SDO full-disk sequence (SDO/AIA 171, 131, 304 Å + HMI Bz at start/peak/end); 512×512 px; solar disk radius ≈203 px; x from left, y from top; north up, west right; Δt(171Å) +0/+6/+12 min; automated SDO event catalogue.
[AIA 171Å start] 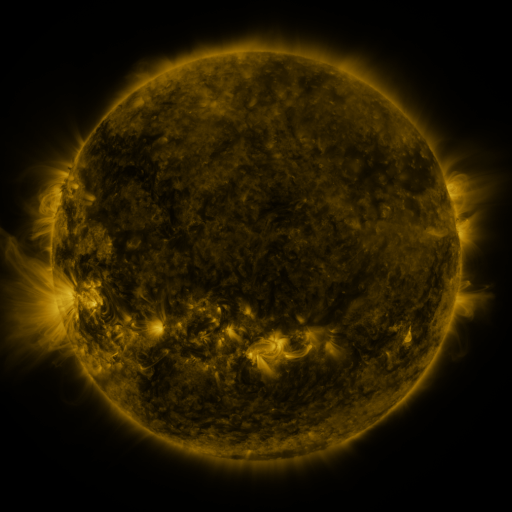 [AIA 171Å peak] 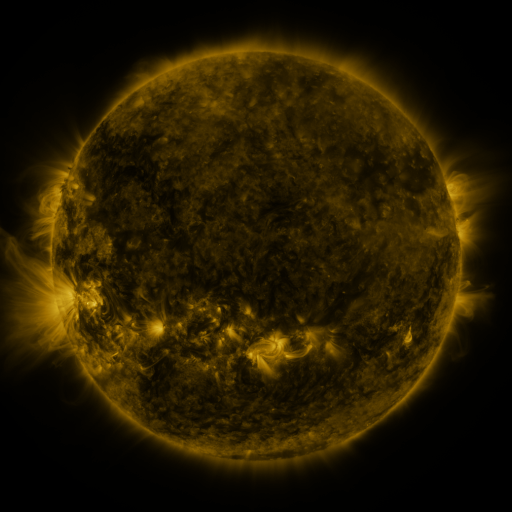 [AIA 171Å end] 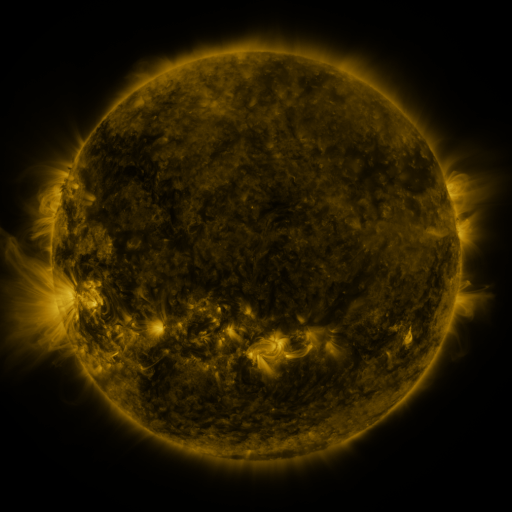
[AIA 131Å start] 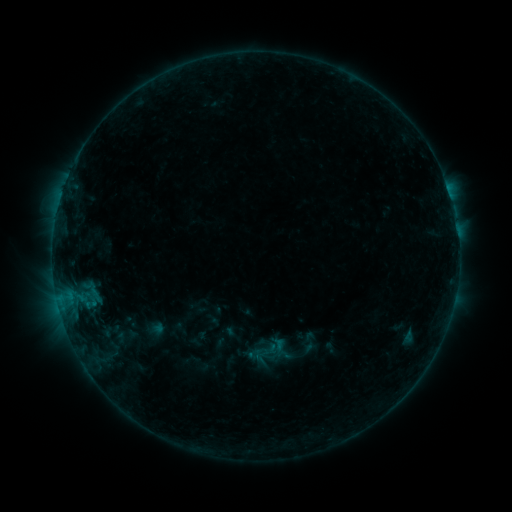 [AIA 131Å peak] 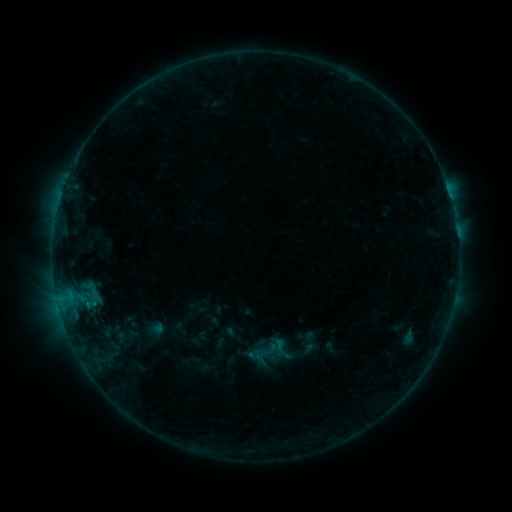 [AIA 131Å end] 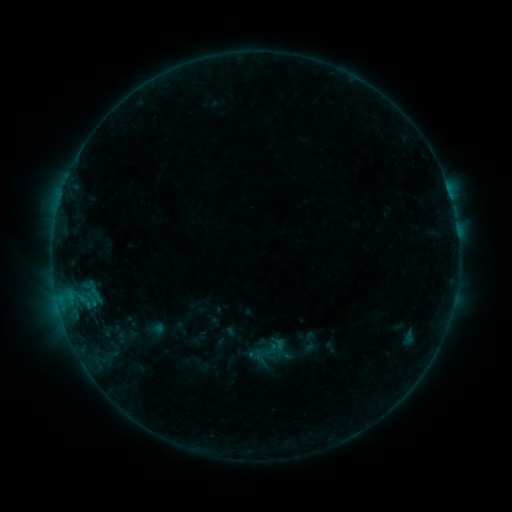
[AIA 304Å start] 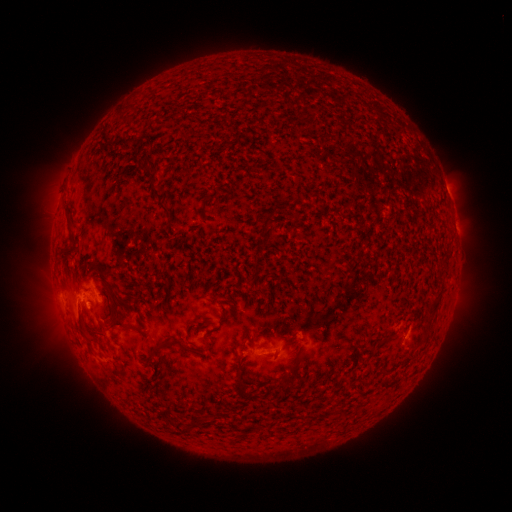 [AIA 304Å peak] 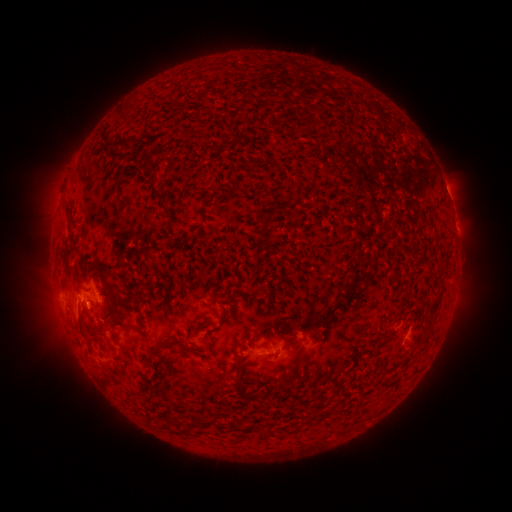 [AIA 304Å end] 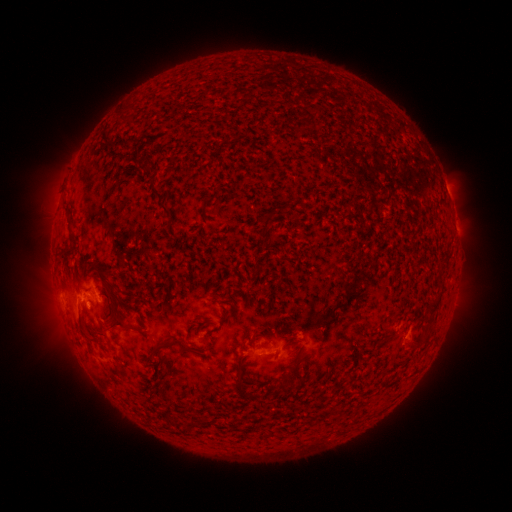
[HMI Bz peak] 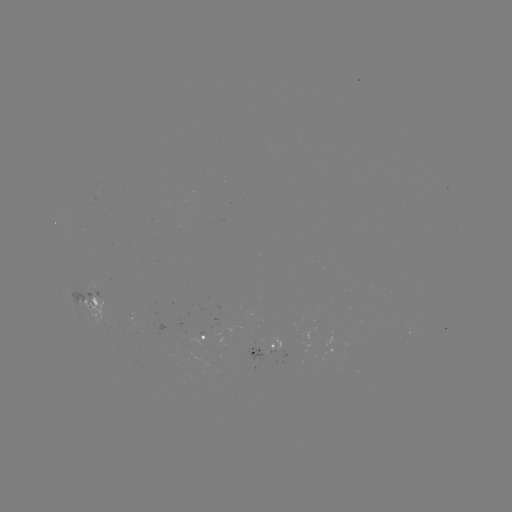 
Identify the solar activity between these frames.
no catalogued flare and no flagged EUV brightening in this window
